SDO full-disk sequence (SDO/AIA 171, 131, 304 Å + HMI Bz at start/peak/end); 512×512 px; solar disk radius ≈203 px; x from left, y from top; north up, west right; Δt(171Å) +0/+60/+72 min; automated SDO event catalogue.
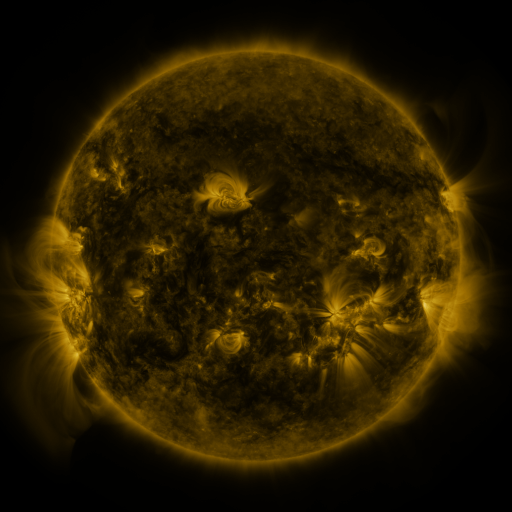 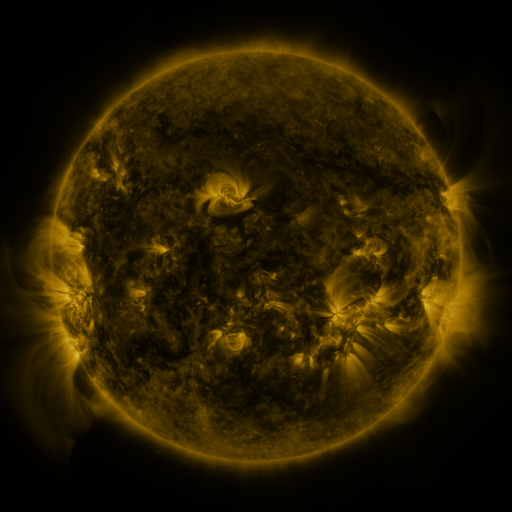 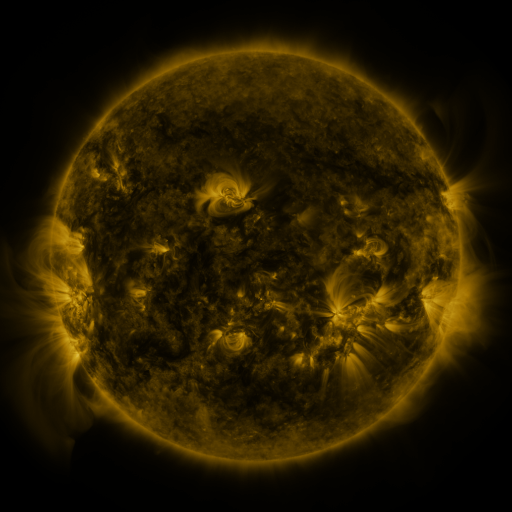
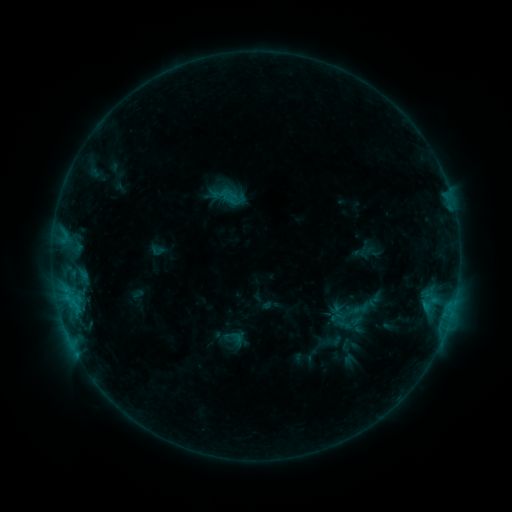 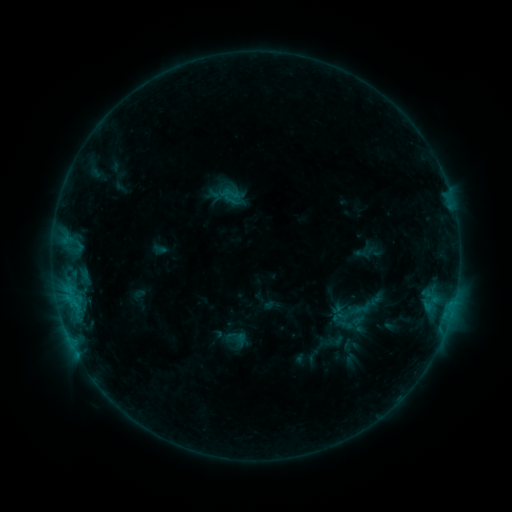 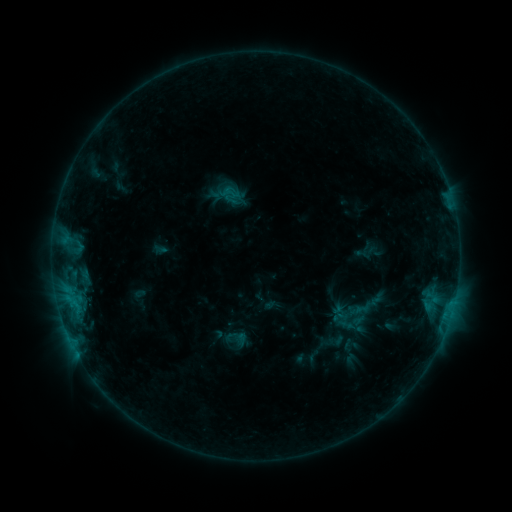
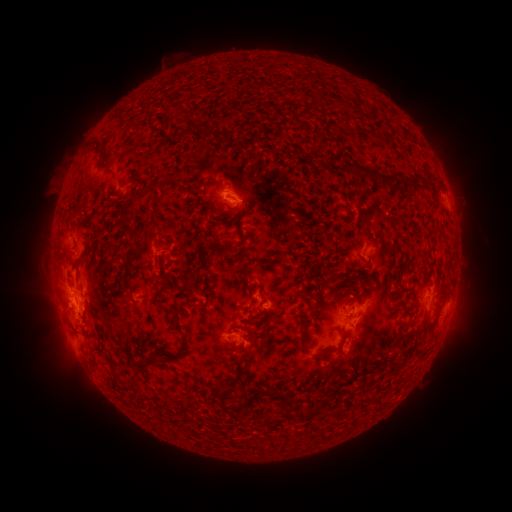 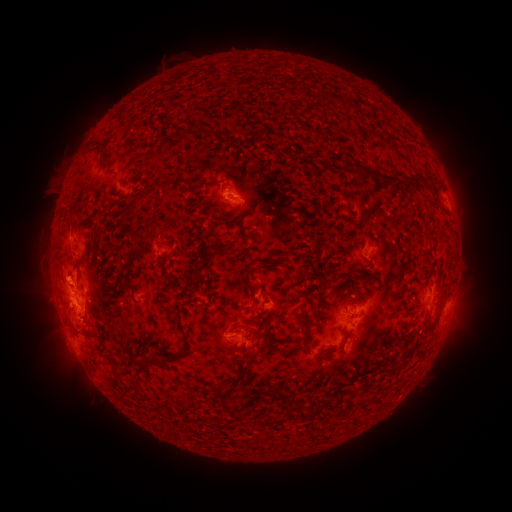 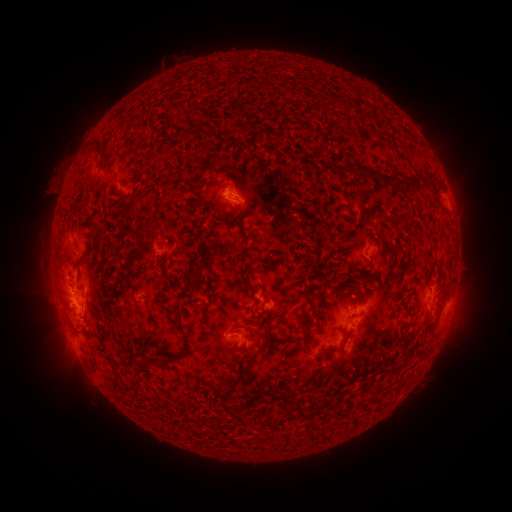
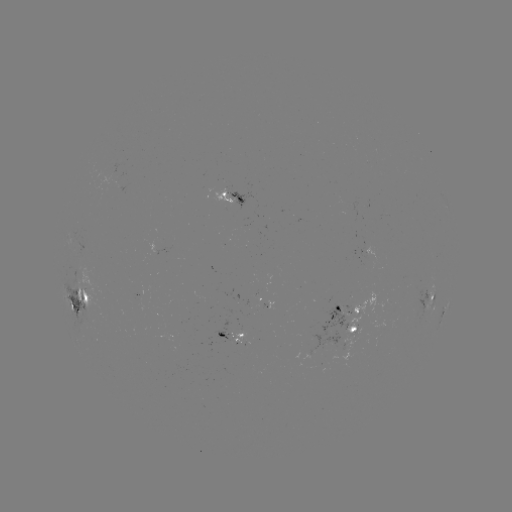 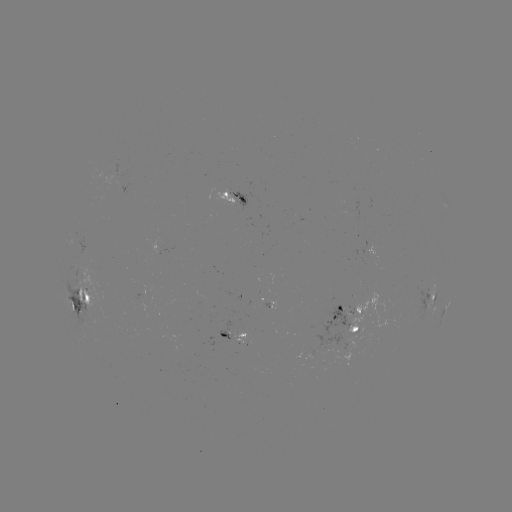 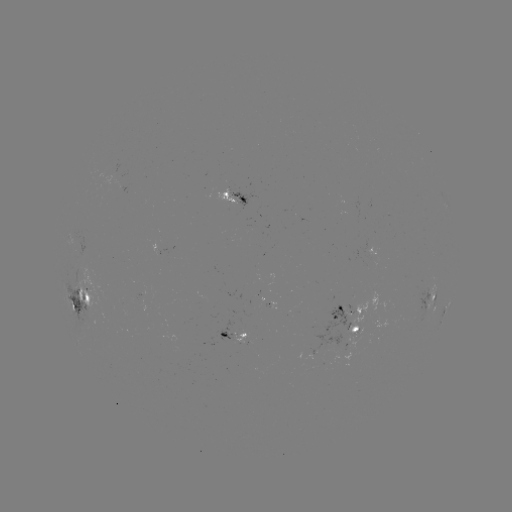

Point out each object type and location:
emerging-flux region: (227, 194)
